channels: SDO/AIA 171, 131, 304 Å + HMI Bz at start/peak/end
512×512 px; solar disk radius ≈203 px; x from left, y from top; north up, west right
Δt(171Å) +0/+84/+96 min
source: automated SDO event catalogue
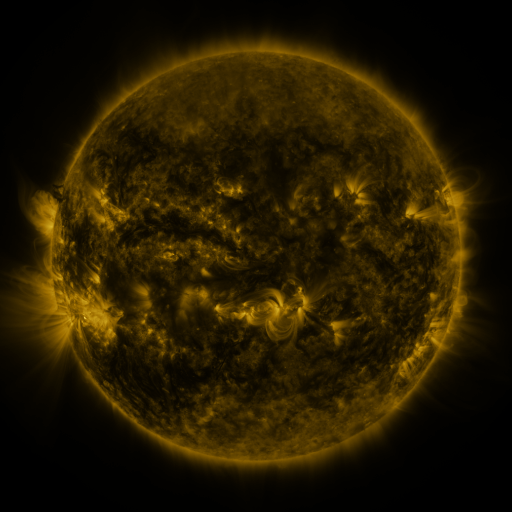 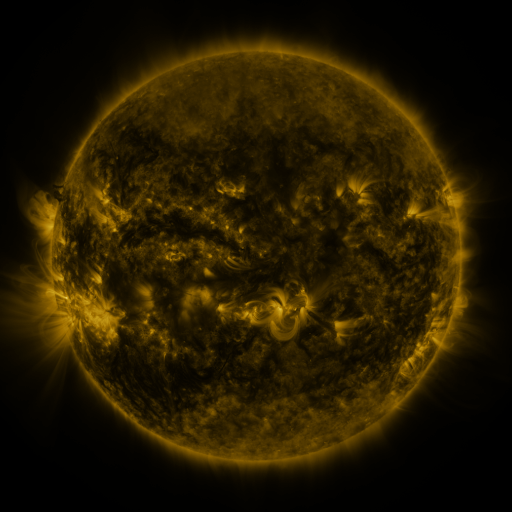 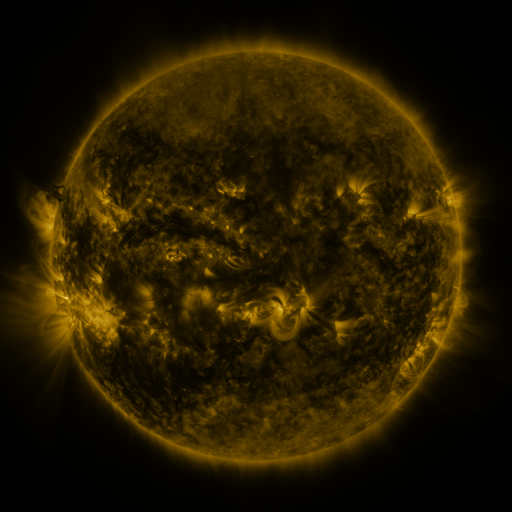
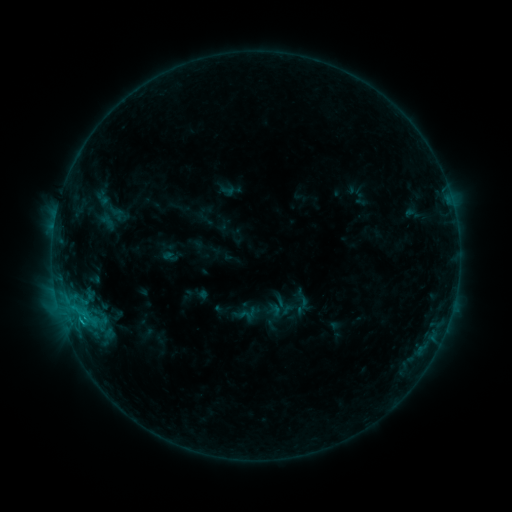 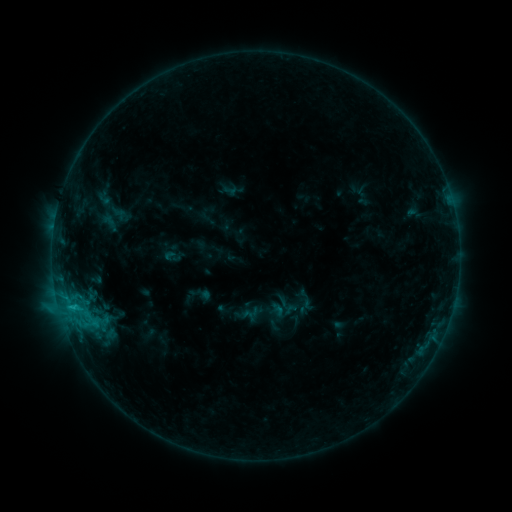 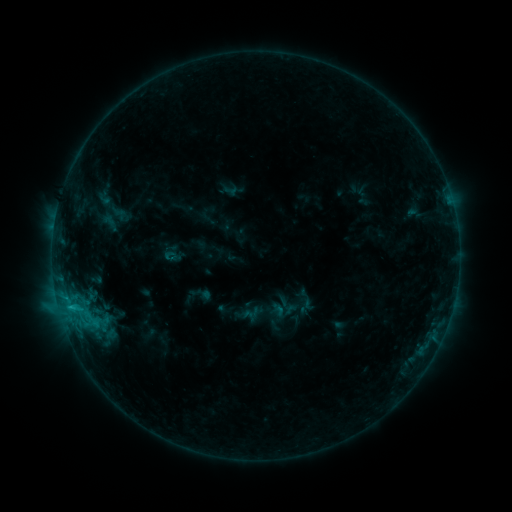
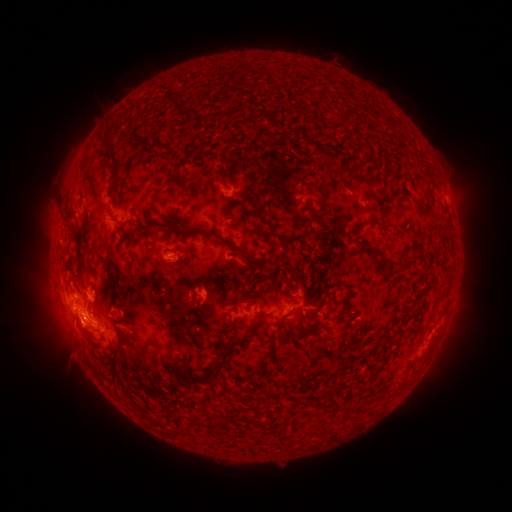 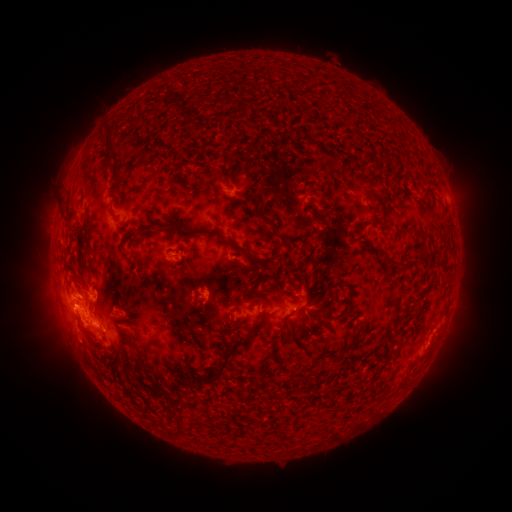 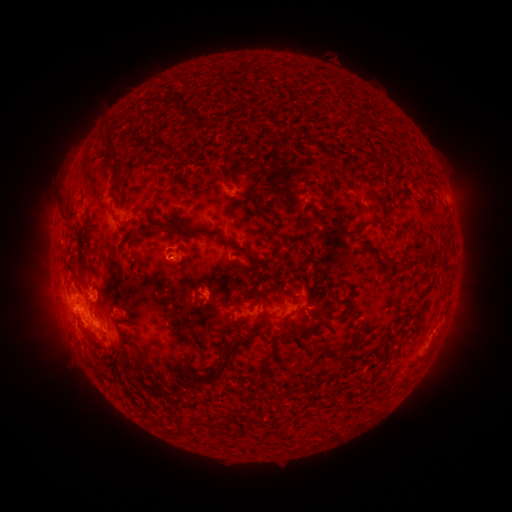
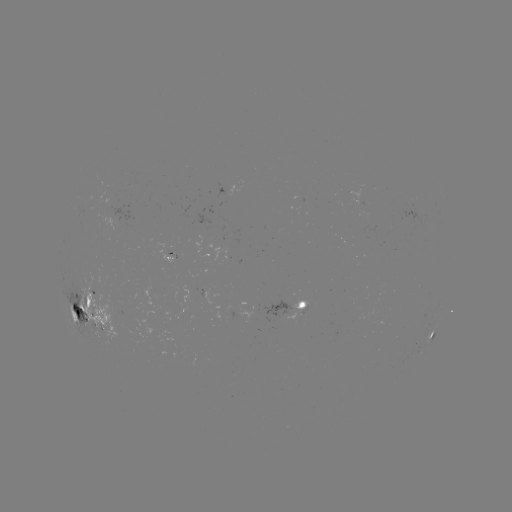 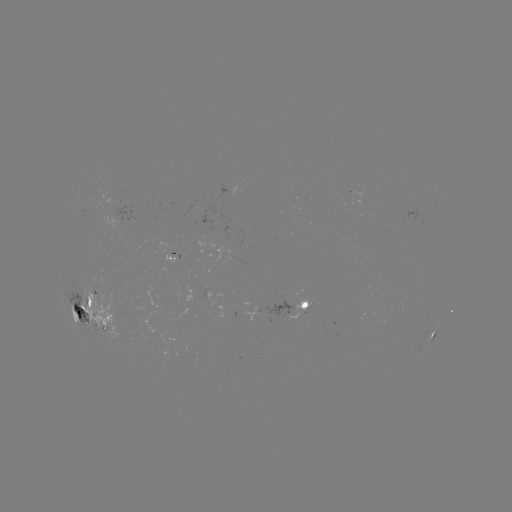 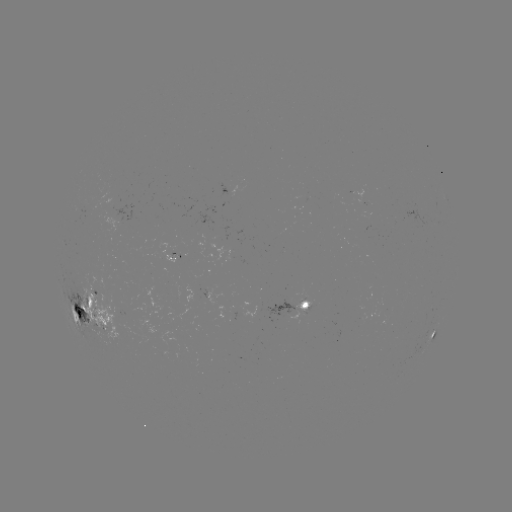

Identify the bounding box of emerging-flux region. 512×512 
[64, 270, 130, 353].